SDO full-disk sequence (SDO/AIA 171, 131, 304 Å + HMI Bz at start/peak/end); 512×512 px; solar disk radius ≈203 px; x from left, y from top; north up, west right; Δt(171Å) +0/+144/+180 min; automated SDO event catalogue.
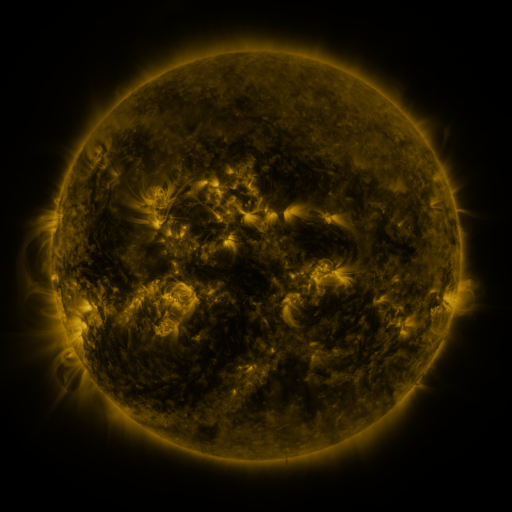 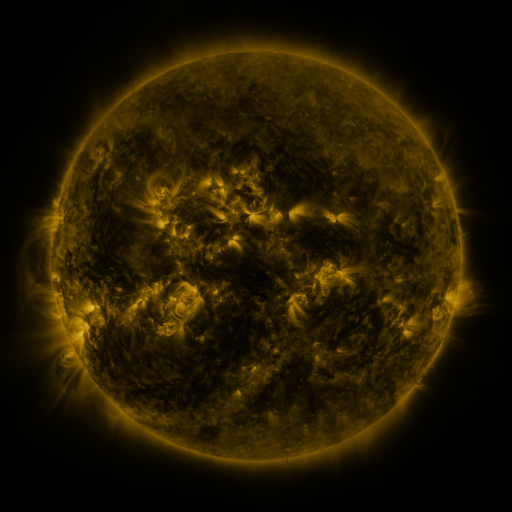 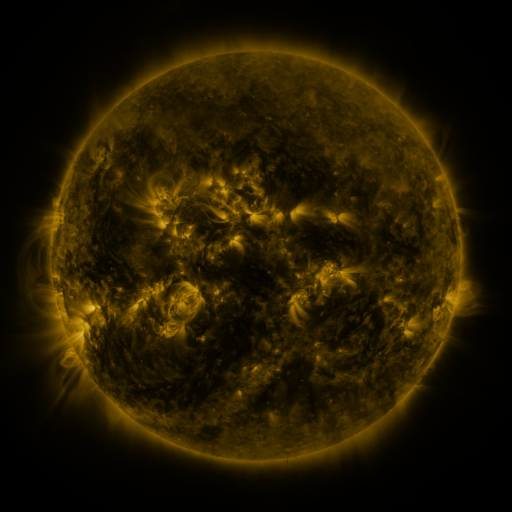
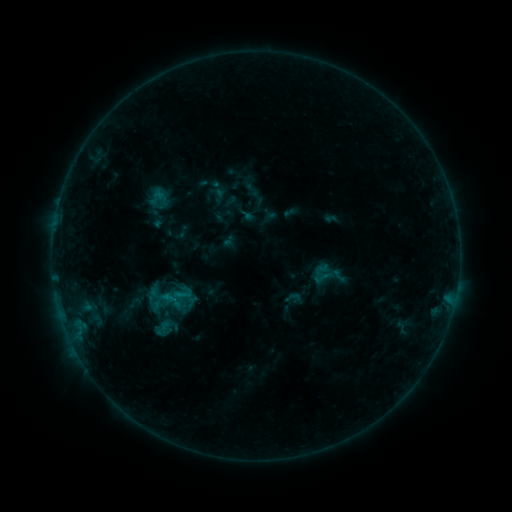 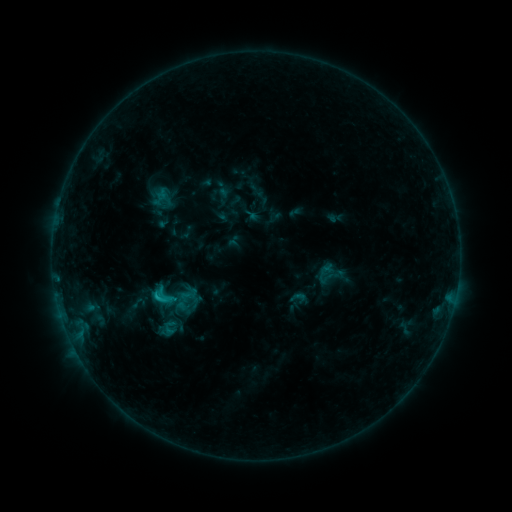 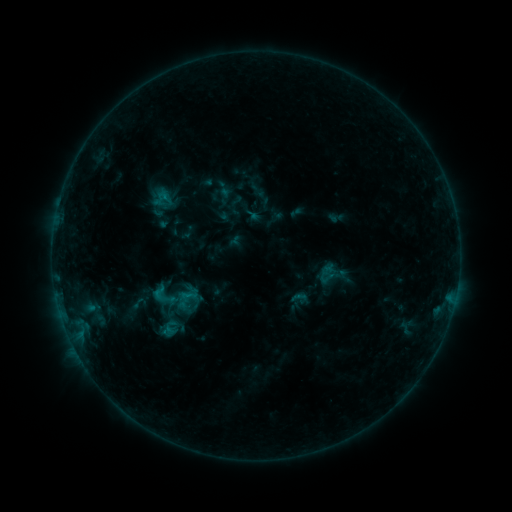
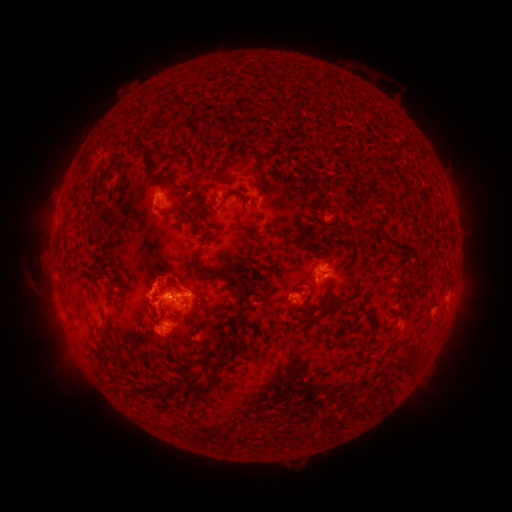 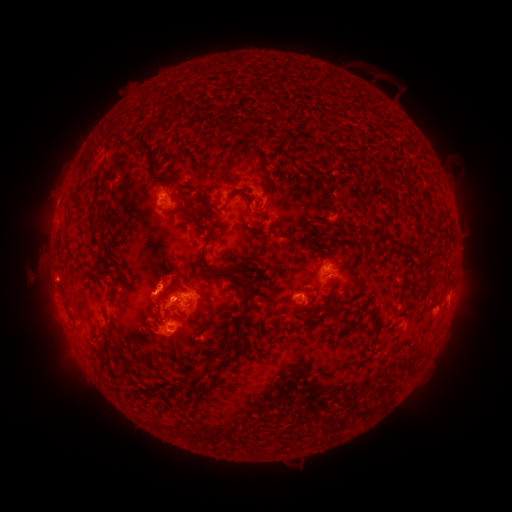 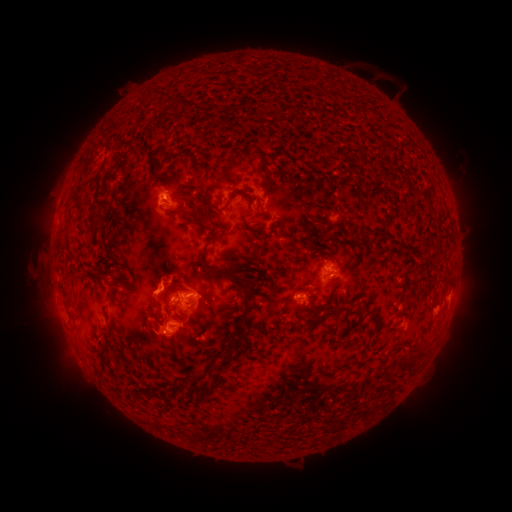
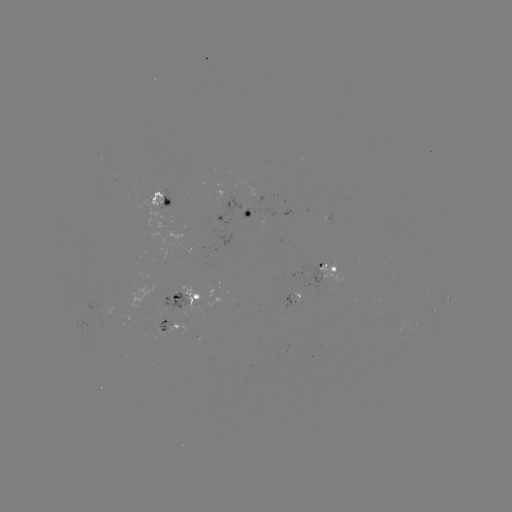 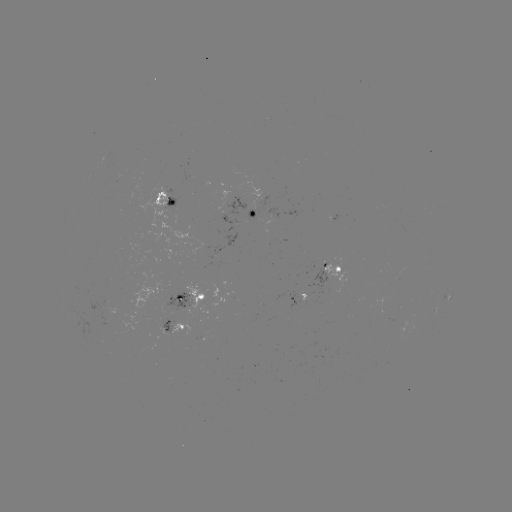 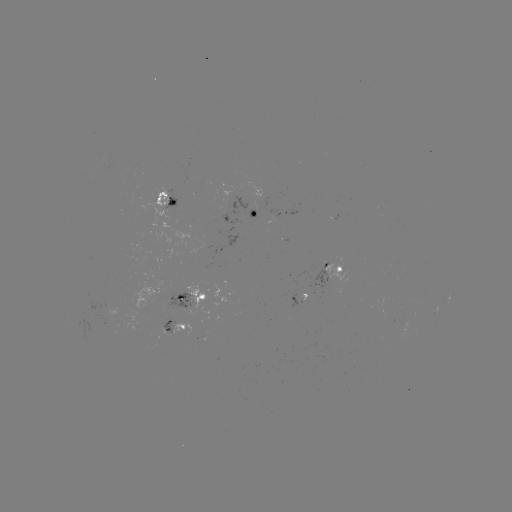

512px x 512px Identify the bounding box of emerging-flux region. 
[298, 292, 305, 303].